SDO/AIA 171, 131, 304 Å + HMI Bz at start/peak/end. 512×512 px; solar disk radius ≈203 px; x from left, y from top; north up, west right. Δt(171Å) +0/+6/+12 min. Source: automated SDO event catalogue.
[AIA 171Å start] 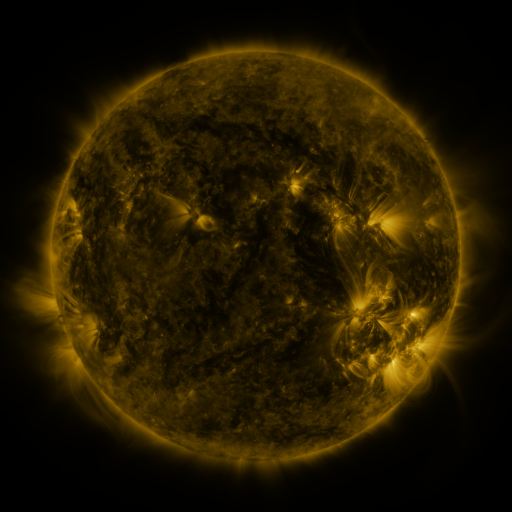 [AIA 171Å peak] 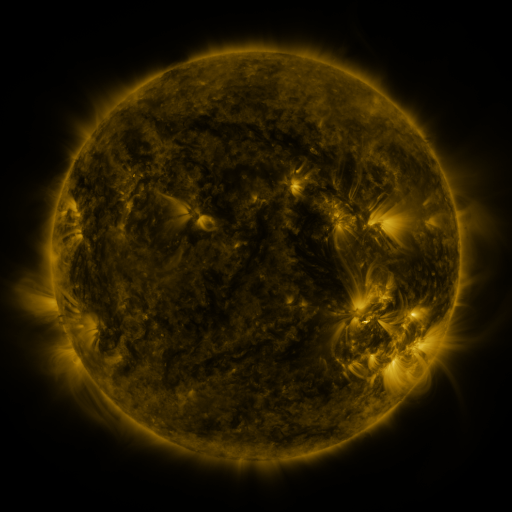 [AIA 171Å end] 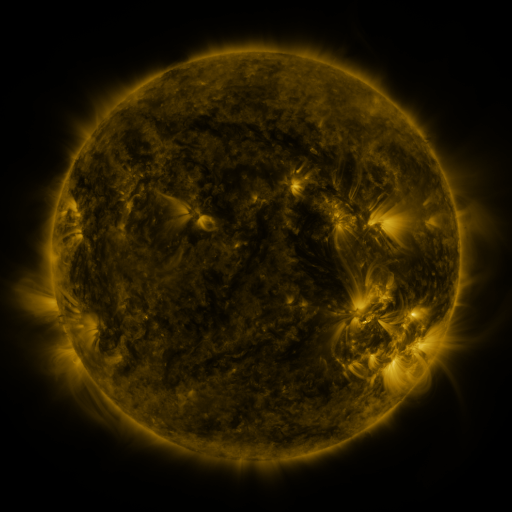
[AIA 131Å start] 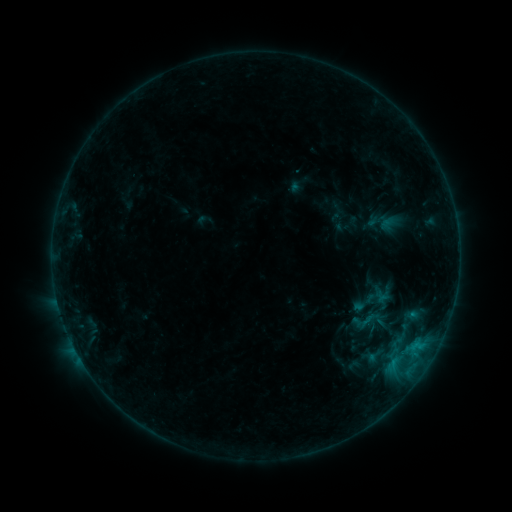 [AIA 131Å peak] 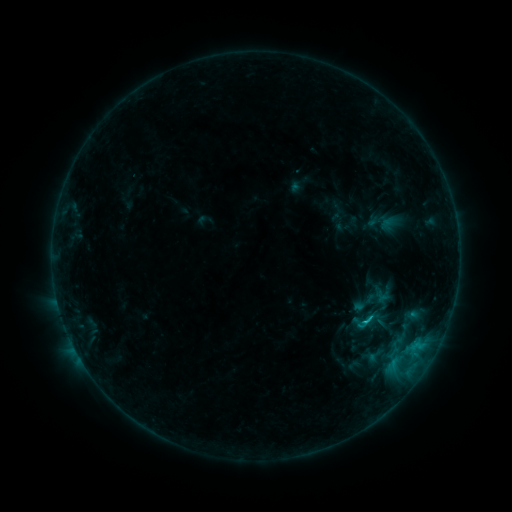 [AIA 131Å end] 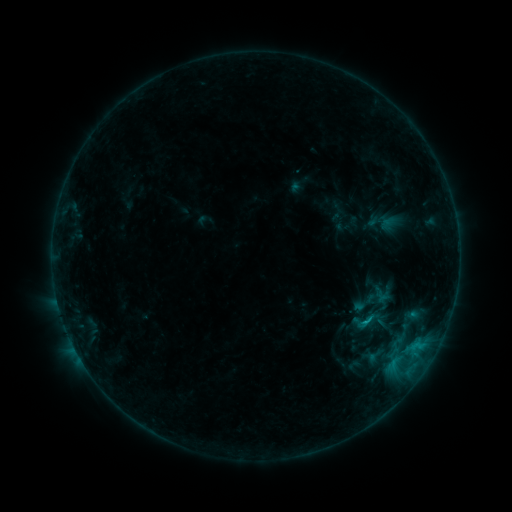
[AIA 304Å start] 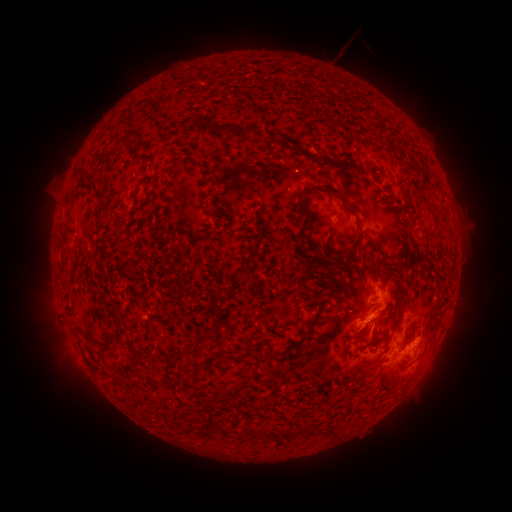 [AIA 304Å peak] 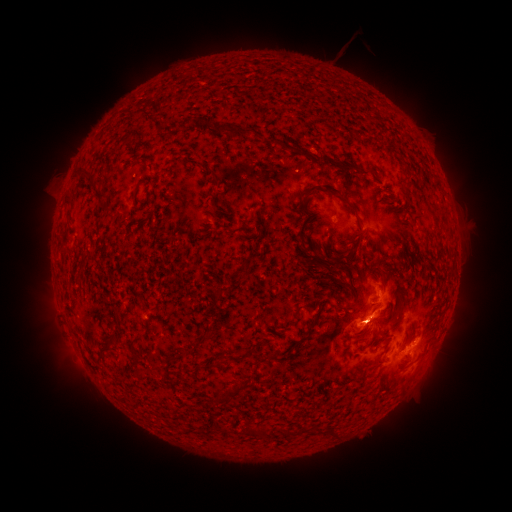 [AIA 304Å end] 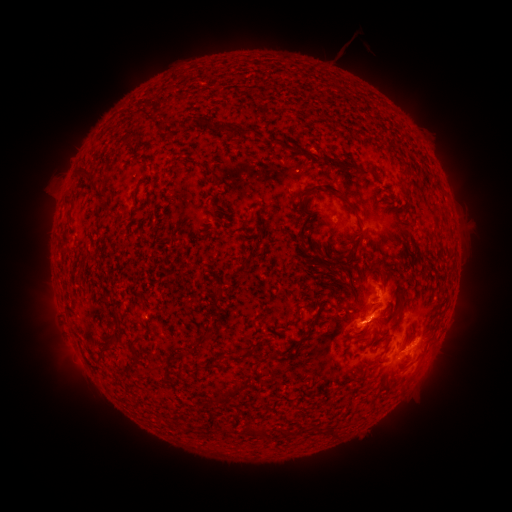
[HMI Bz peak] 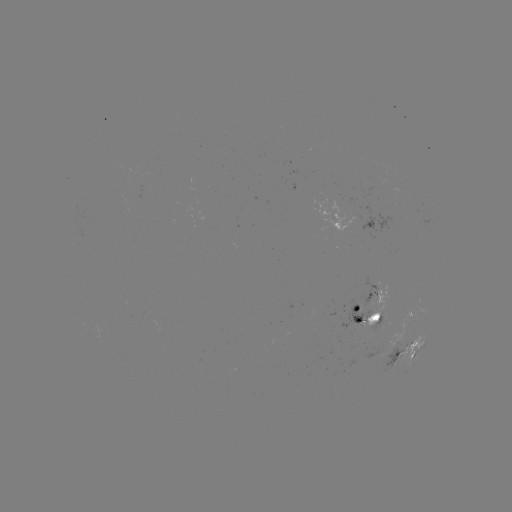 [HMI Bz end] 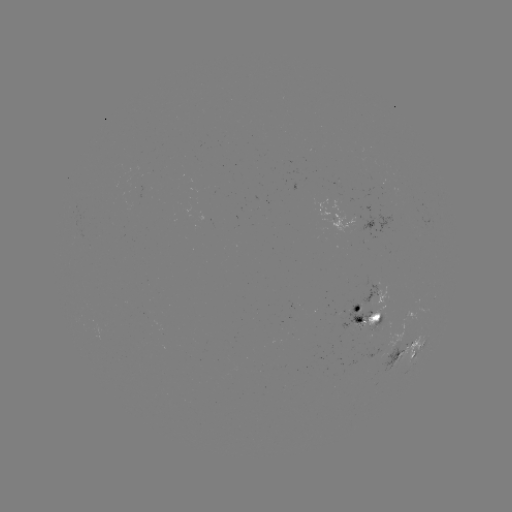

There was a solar eruption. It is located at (436, 358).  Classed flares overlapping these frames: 2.